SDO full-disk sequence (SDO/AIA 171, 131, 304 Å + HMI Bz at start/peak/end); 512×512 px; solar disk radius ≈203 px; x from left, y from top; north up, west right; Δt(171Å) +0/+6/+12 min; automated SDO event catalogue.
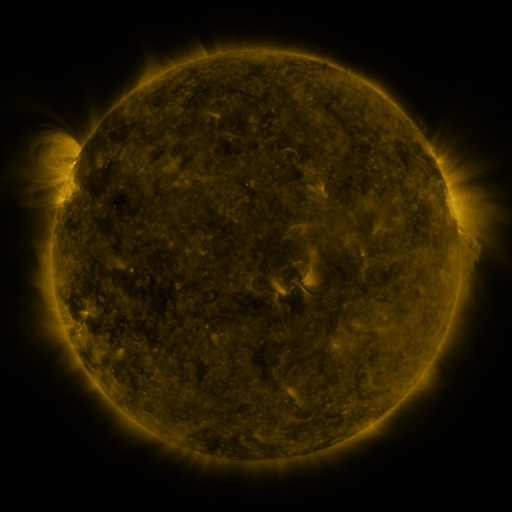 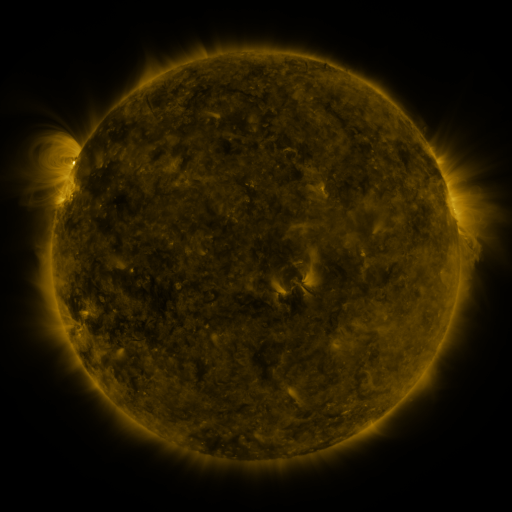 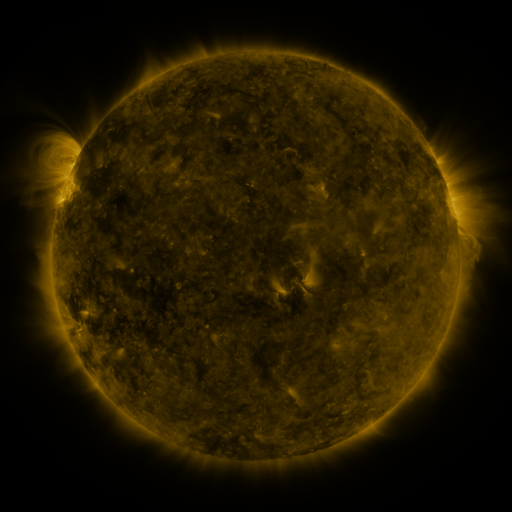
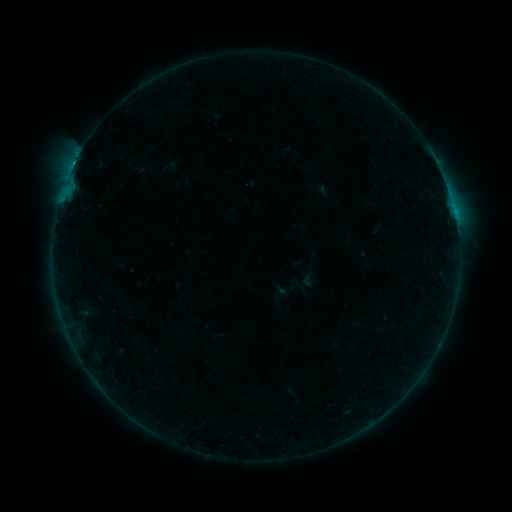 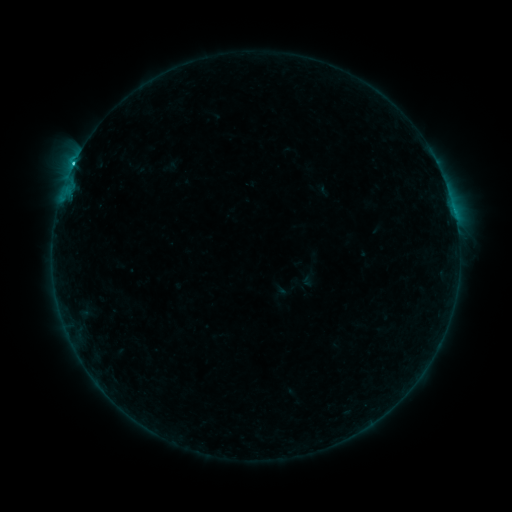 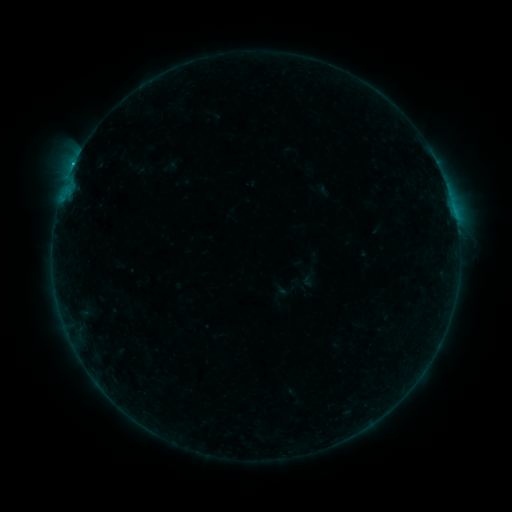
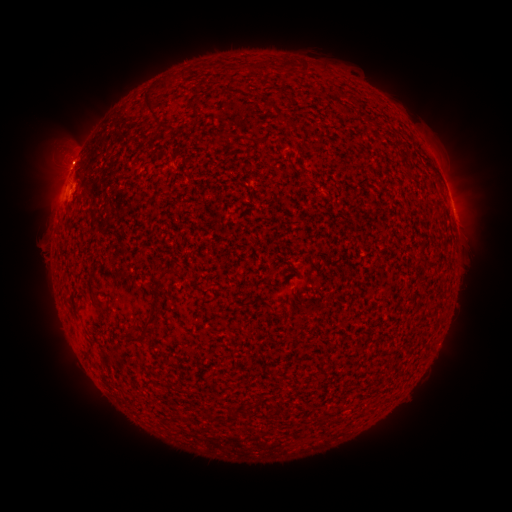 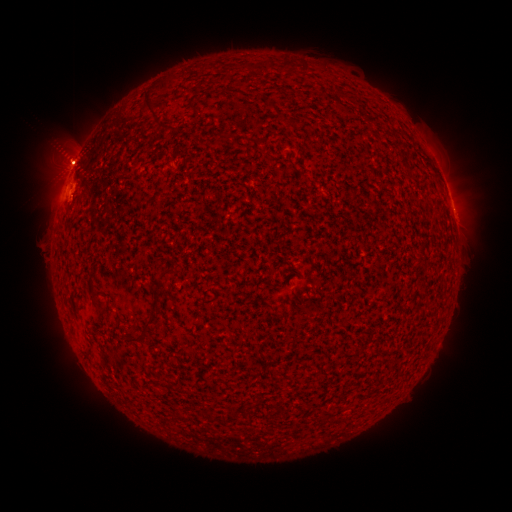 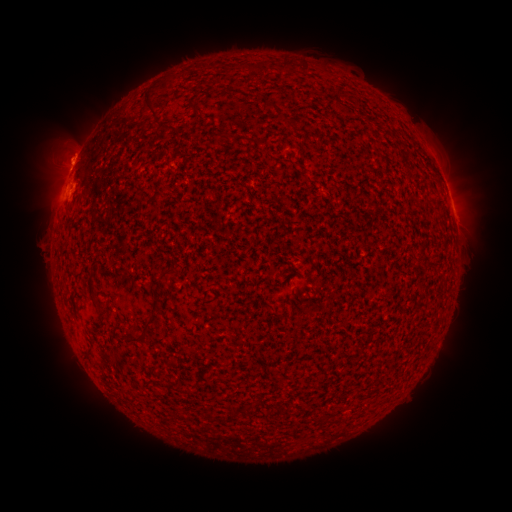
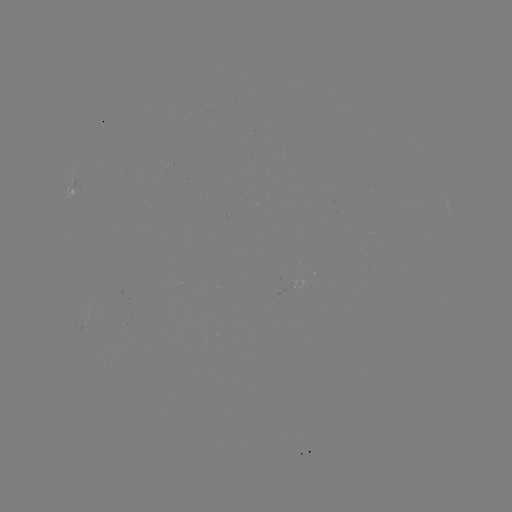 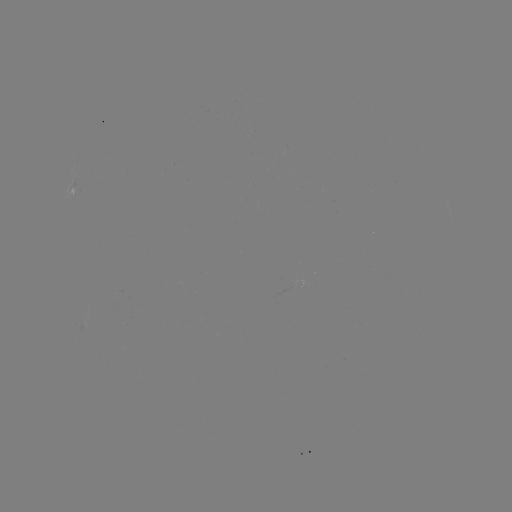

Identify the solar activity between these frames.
eruption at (163, 71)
